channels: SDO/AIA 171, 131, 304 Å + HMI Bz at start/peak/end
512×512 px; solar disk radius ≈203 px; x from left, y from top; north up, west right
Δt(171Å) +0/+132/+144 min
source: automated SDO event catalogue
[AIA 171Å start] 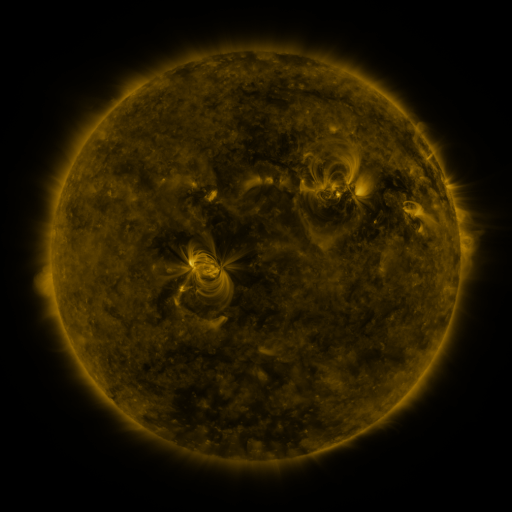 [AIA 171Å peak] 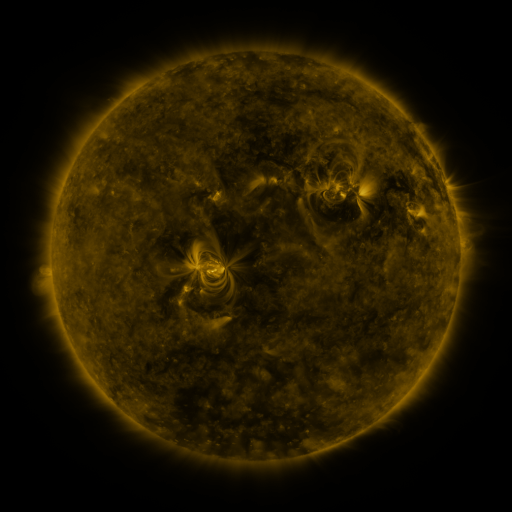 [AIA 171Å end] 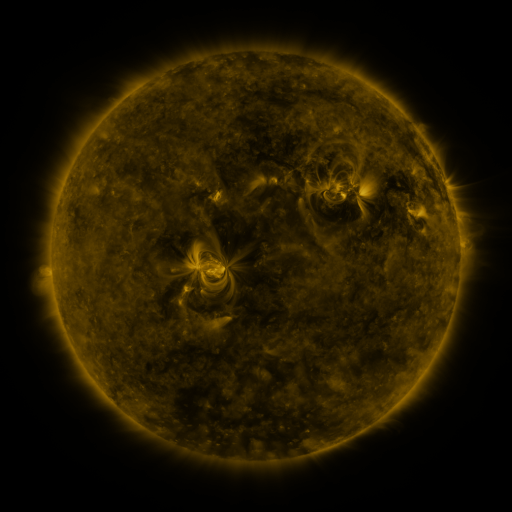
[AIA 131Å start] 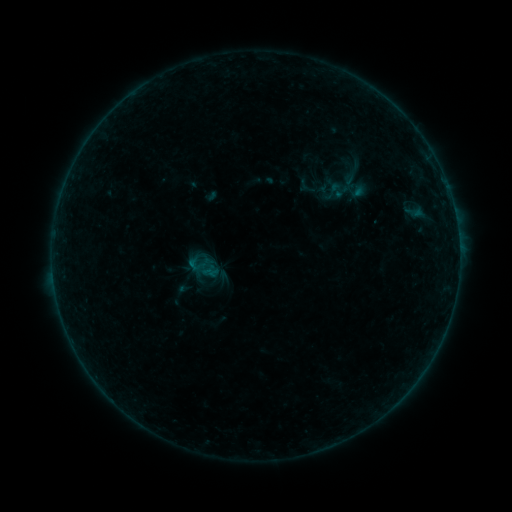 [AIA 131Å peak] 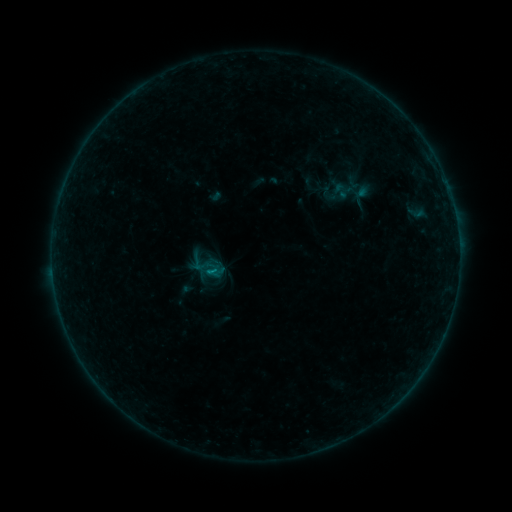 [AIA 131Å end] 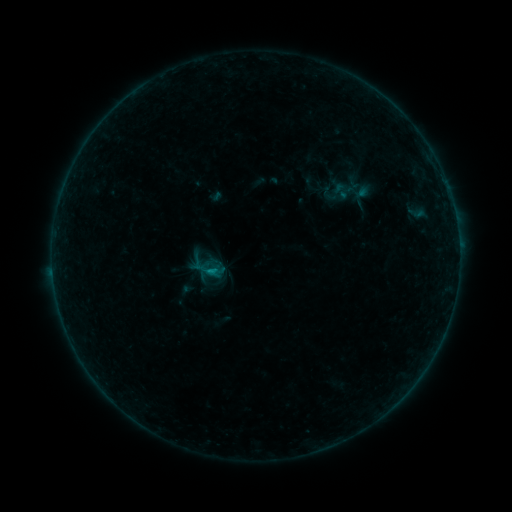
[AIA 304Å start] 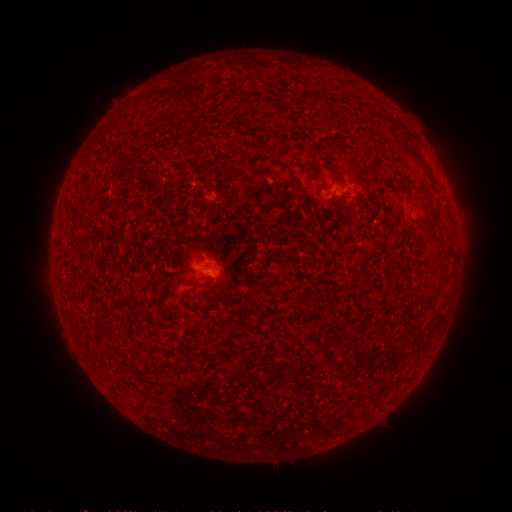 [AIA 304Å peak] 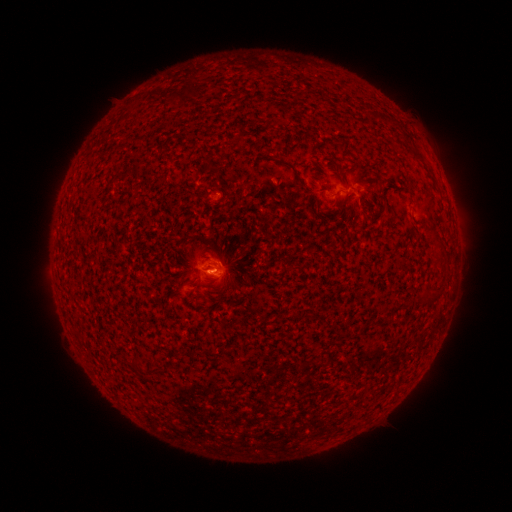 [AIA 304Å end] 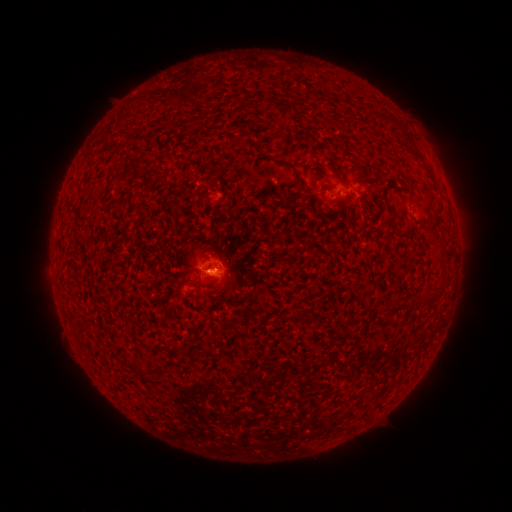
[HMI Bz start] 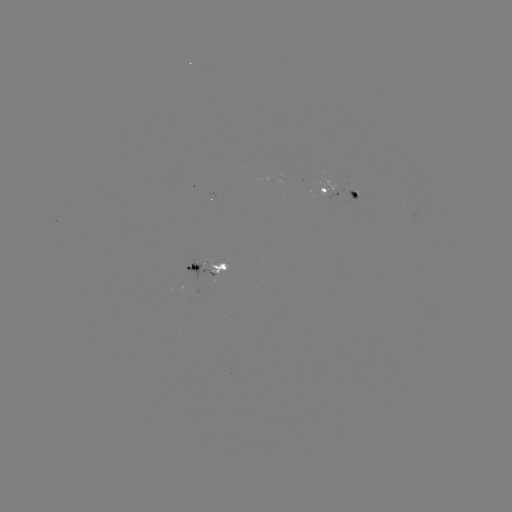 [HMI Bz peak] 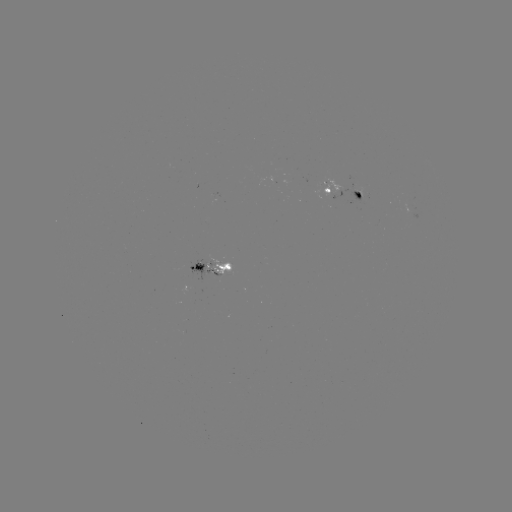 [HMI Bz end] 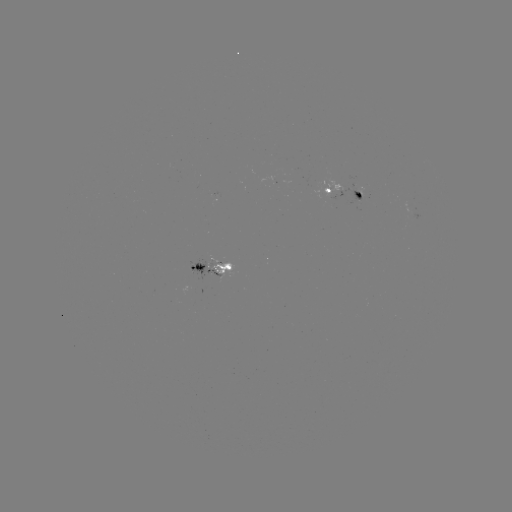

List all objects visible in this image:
emerging-flux region: (356, 190)
